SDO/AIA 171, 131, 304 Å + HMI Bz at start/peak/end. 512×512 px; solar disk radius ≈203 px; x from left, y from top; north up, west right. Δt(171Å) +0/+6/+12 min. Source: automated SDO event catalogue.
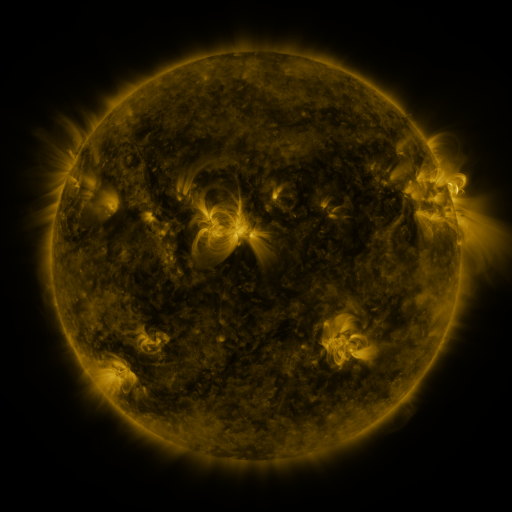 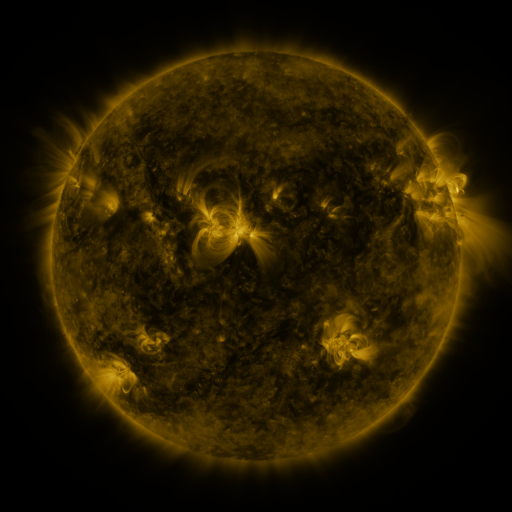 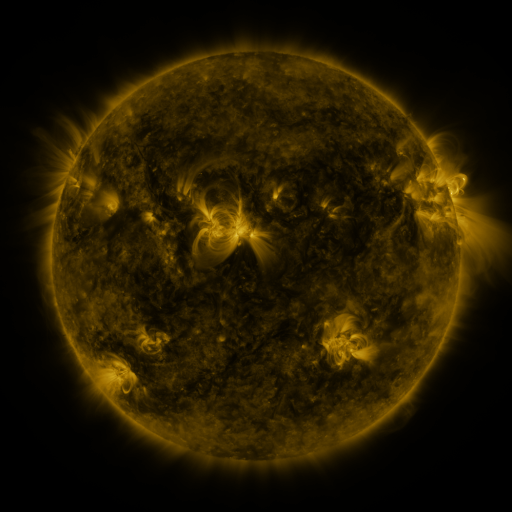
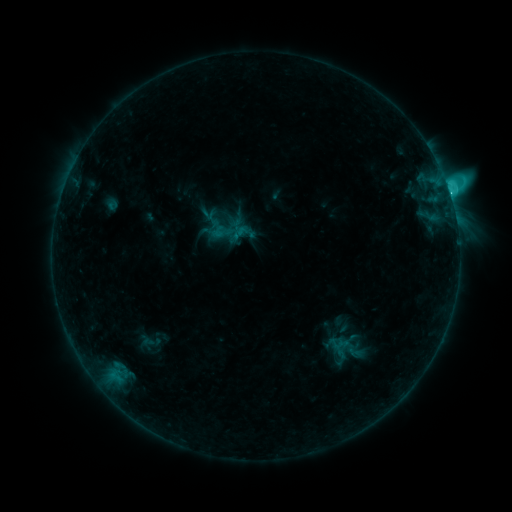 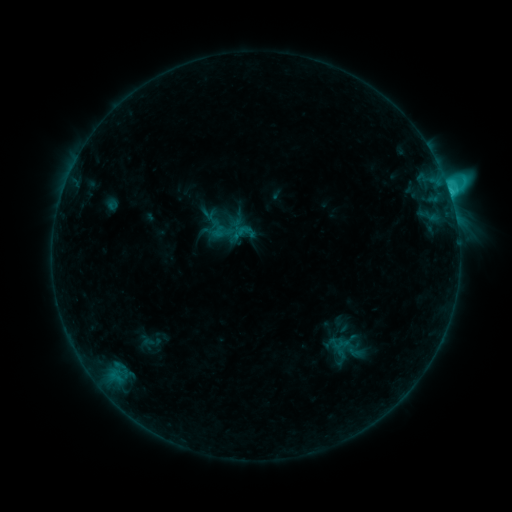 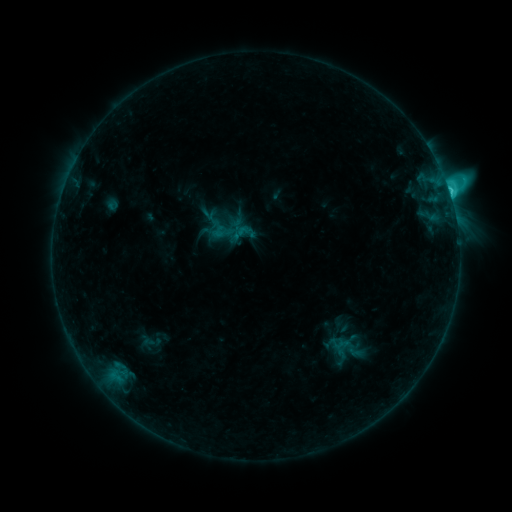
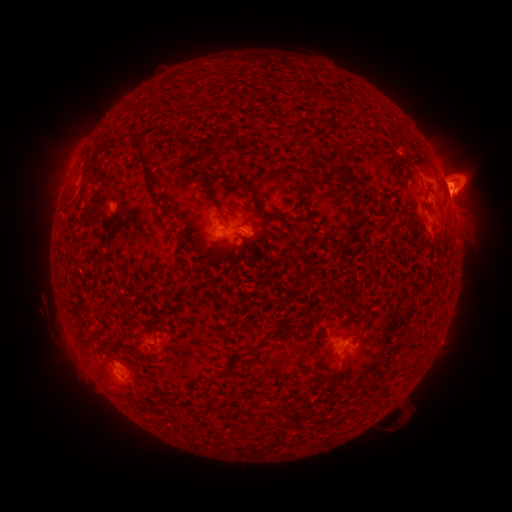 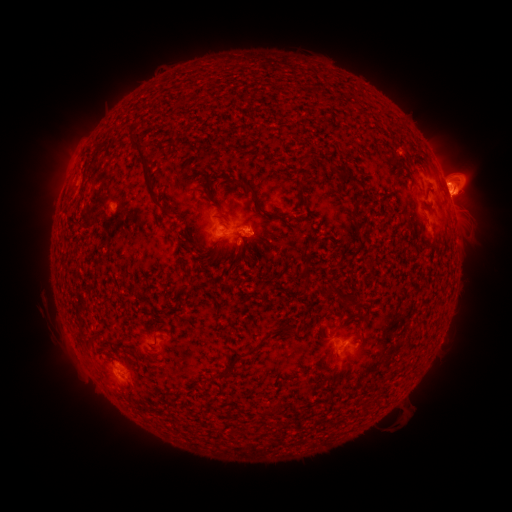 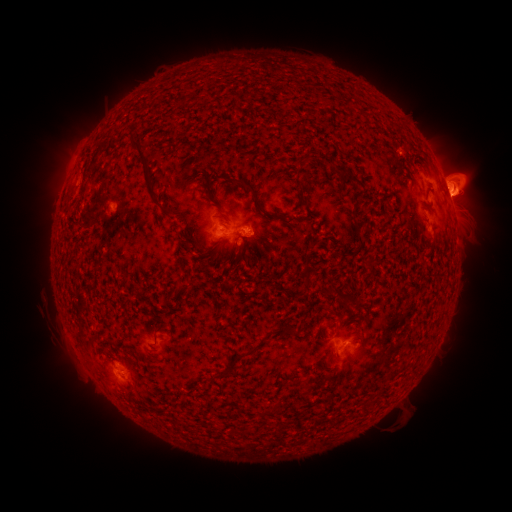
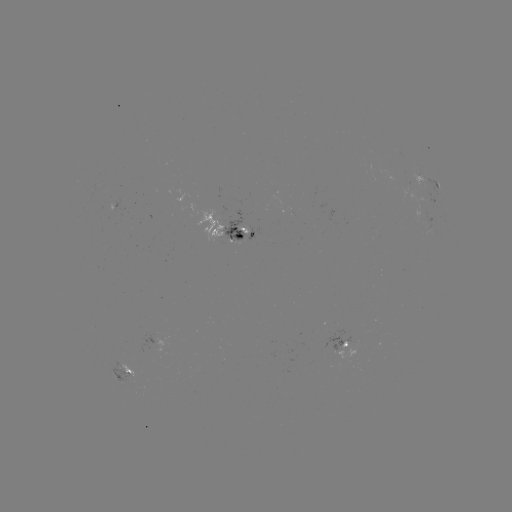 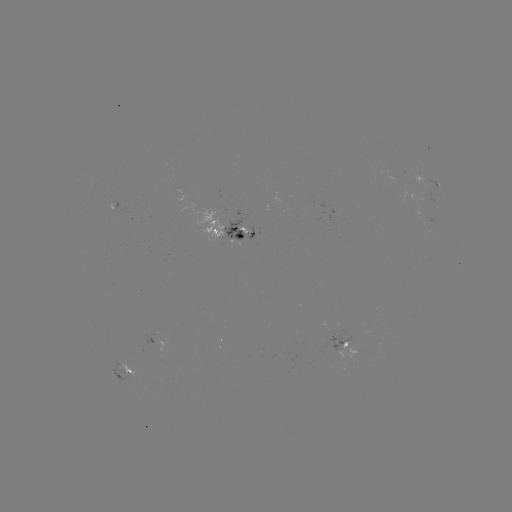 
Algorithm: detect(eruption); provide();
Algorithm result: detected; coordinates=(458, 184)